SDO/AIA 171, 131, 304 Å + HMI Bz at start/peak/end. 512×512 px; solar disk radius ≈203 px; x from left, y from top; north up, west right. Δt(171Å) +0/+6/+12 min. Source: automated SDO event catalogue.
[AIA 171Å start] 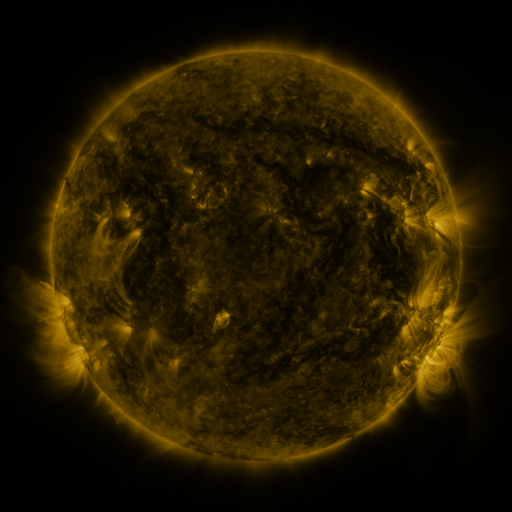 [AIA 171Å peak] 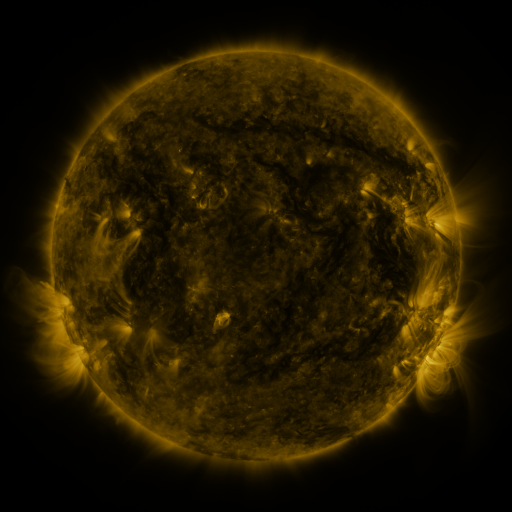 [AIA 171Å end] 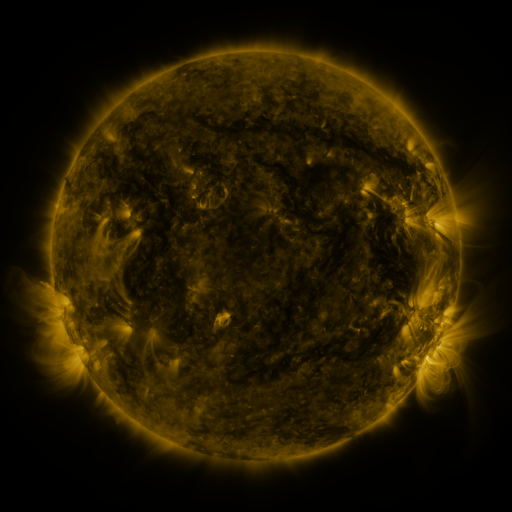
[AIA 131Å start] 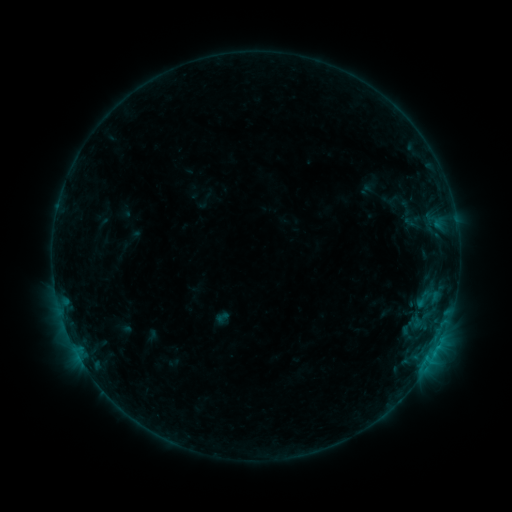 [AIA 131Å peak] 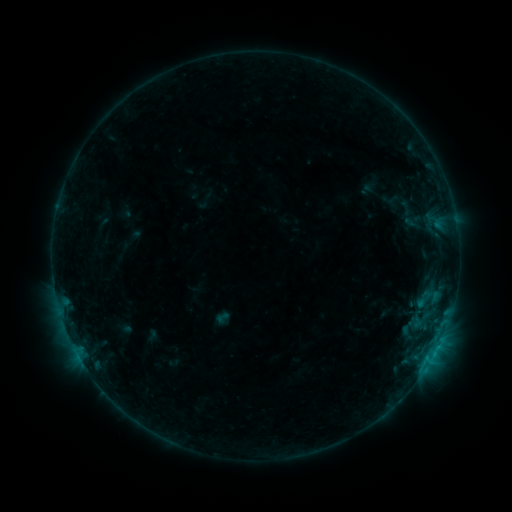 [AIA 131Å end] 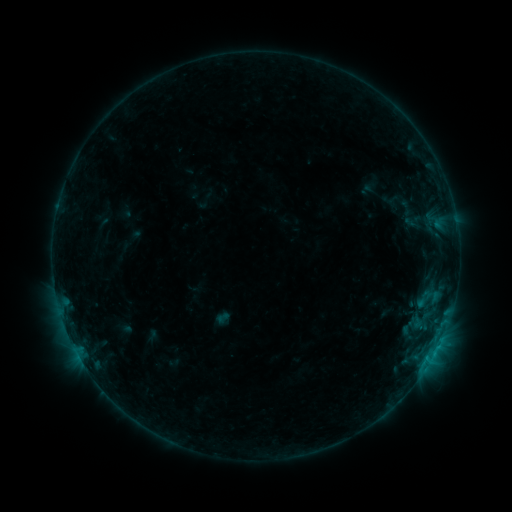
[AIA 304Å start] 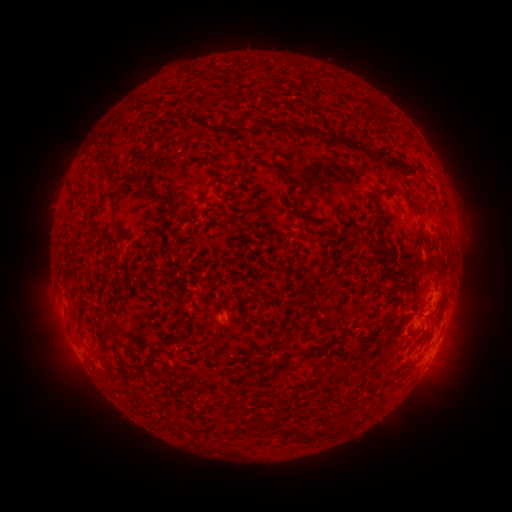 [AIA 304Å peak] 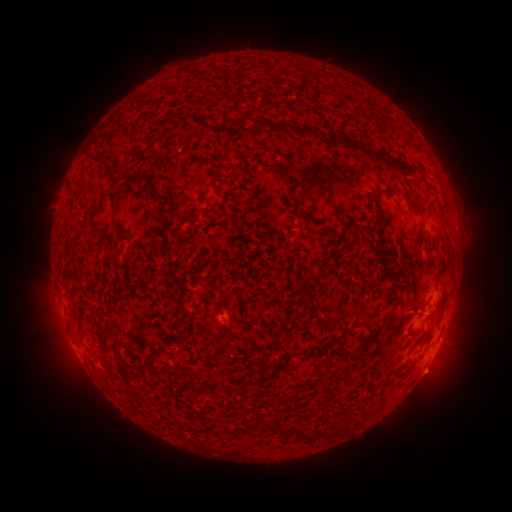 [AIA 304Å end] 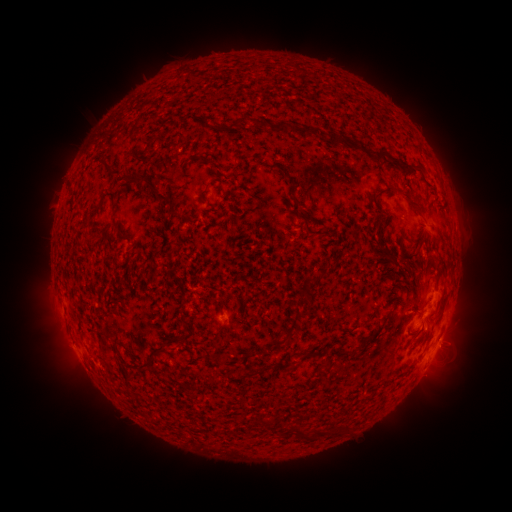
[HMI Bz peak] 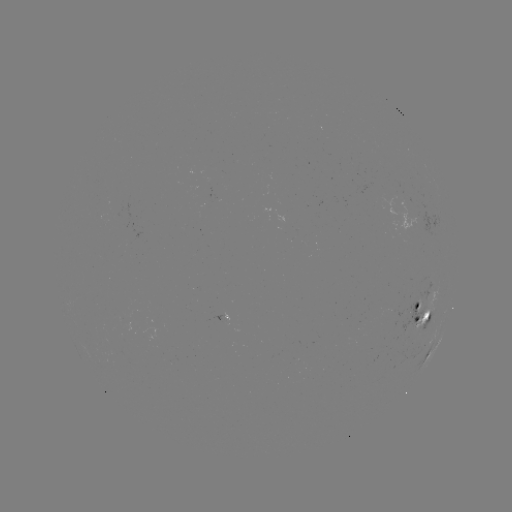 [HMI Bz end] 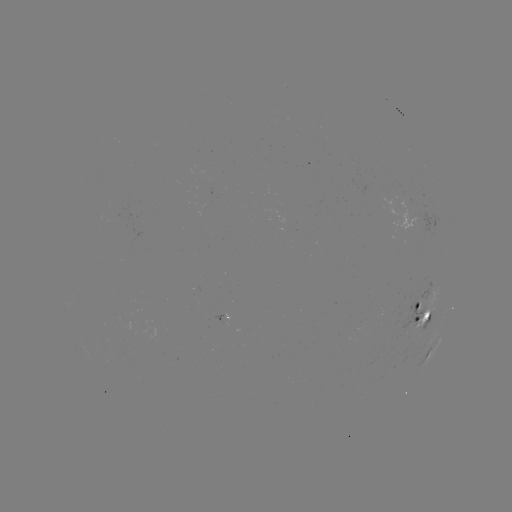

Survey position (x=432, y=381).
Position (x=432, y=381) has eruption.